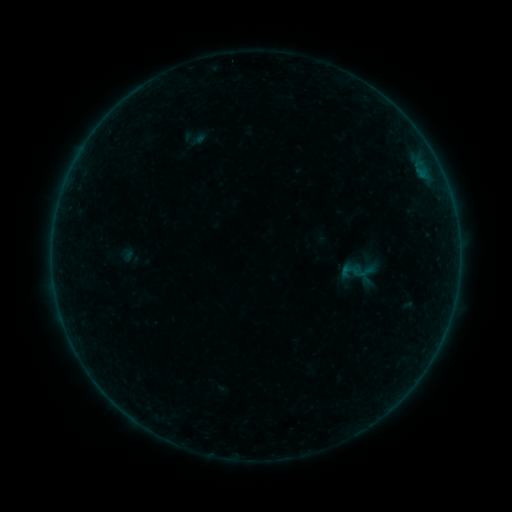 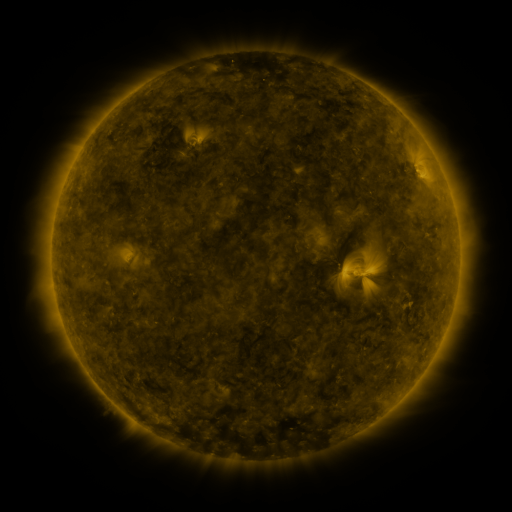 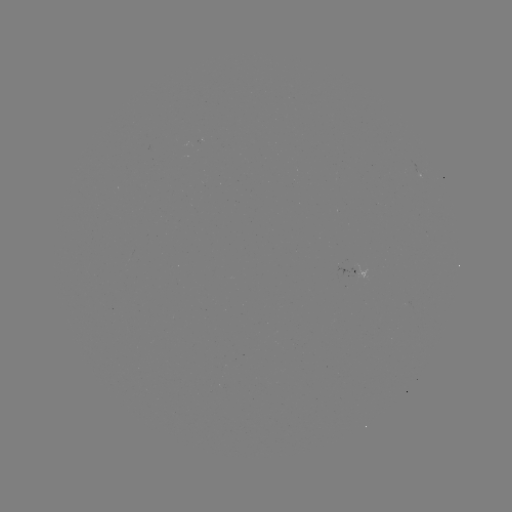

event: sigmoid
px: (349, 271)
